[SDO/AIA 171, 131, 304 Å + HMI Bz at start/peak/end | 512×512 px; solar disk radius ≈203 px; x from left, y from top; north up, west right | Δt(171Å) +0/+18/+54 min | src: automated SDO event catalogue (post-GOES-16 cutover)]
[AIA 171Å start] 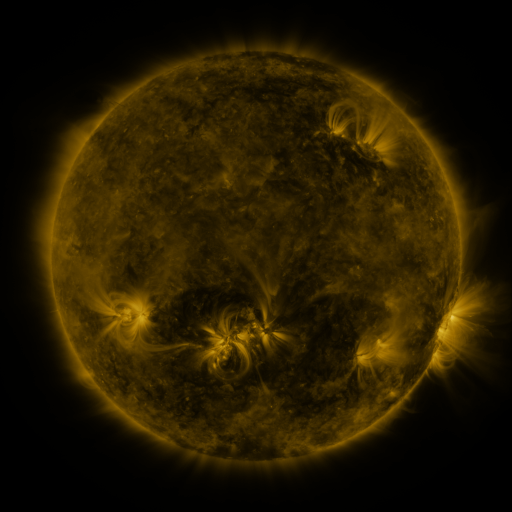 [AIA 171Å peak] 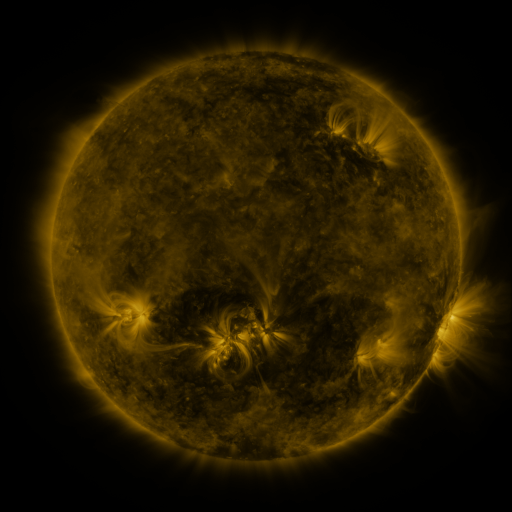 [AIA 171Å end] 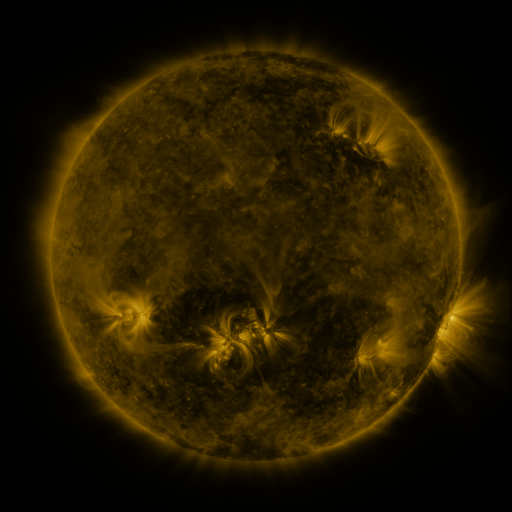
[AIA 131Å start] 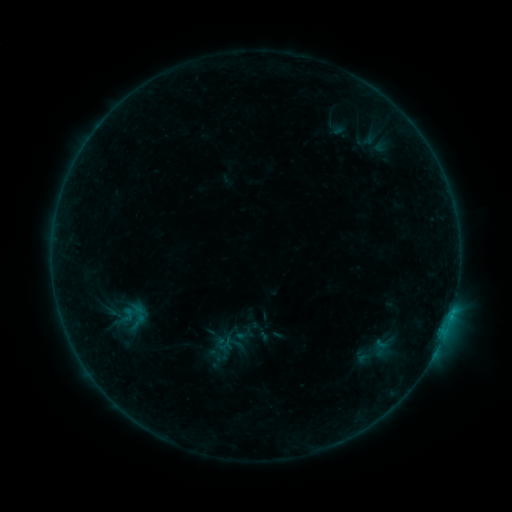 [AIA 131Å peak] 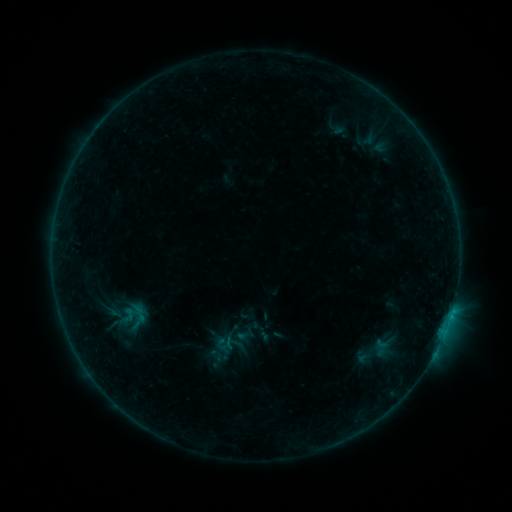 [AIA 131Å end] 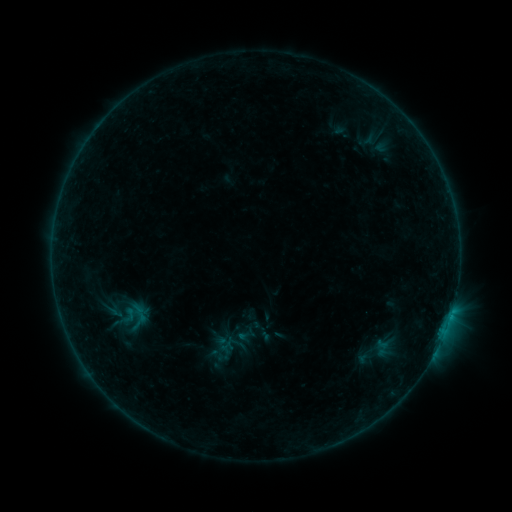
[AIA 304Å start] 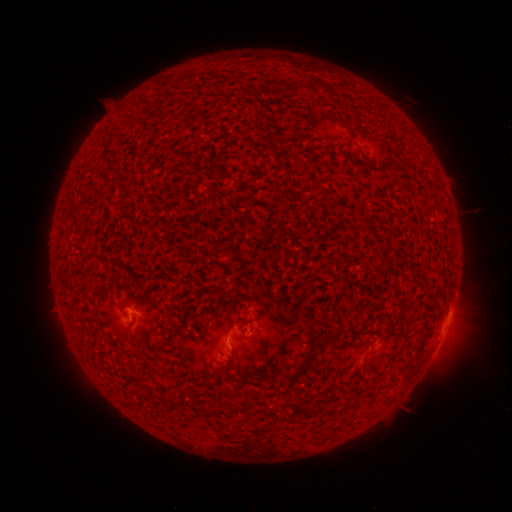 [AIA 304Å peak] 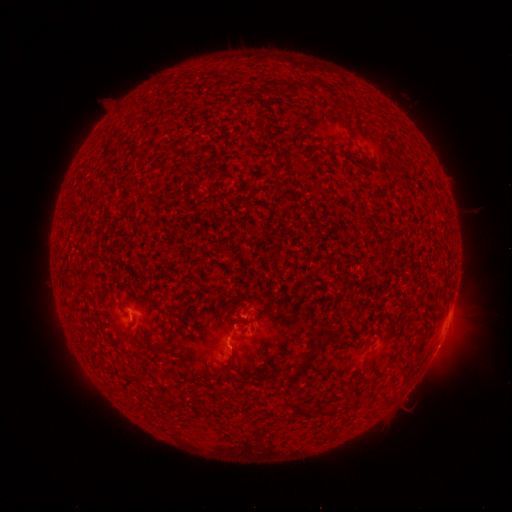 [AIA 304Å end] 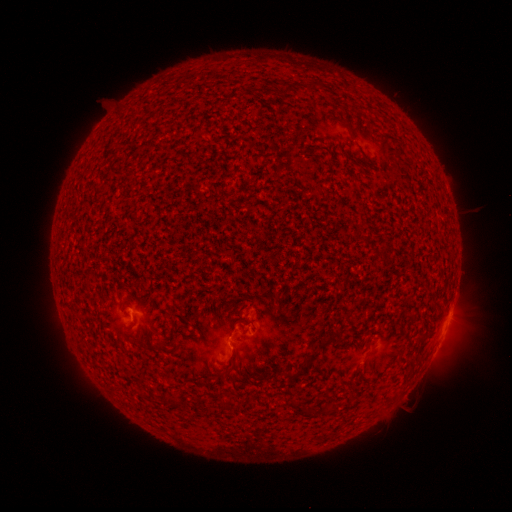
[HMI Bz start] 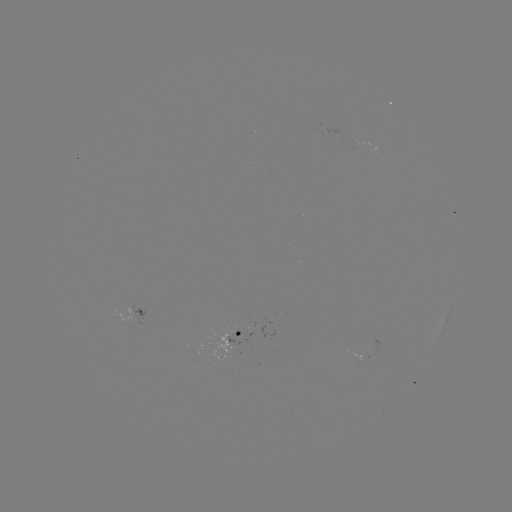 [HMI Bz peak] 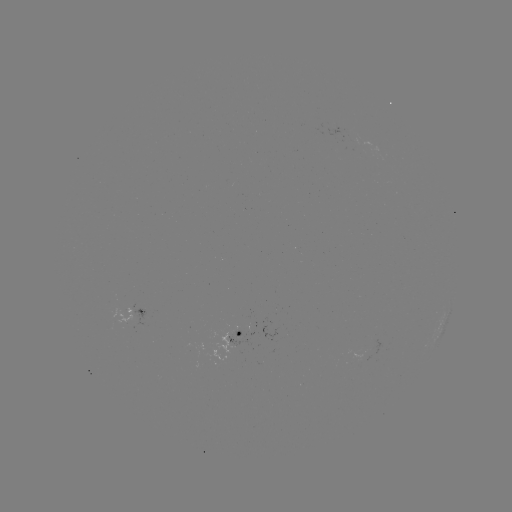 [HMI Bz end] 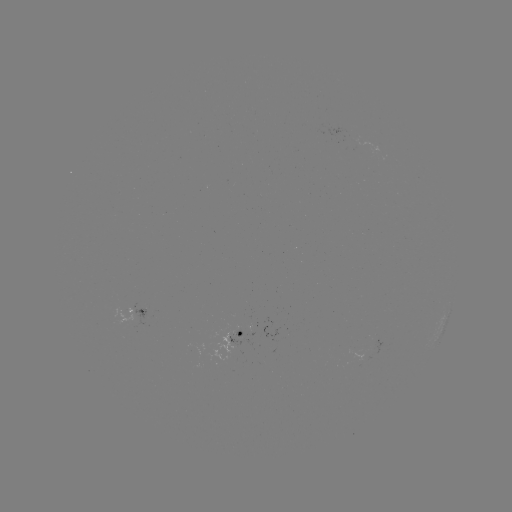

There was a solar flare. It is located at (230, 345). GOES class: B3.3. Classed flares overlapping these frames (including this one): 1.